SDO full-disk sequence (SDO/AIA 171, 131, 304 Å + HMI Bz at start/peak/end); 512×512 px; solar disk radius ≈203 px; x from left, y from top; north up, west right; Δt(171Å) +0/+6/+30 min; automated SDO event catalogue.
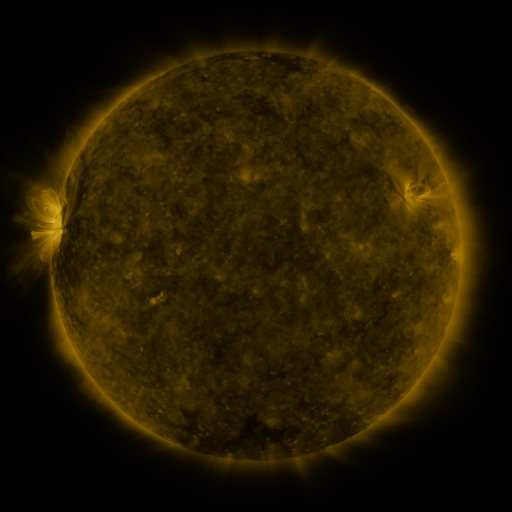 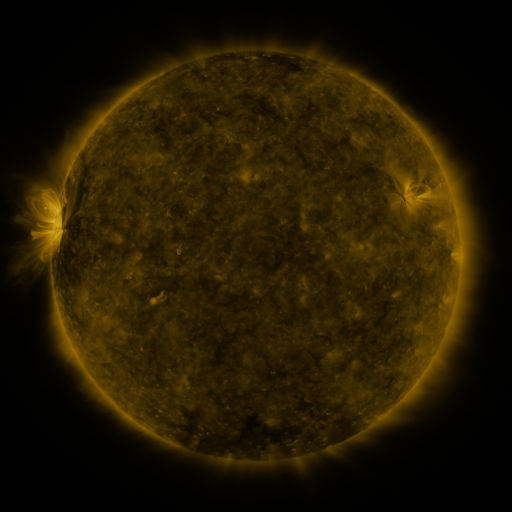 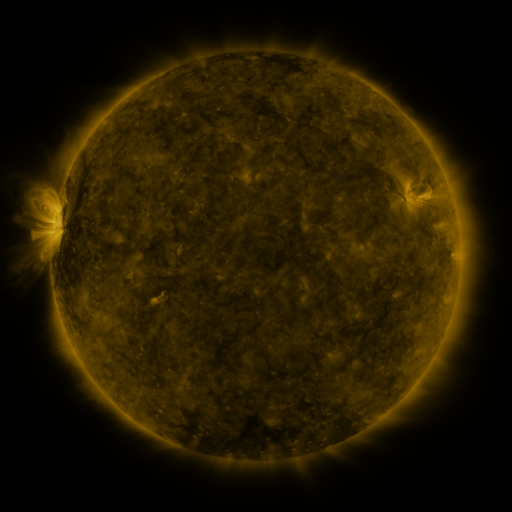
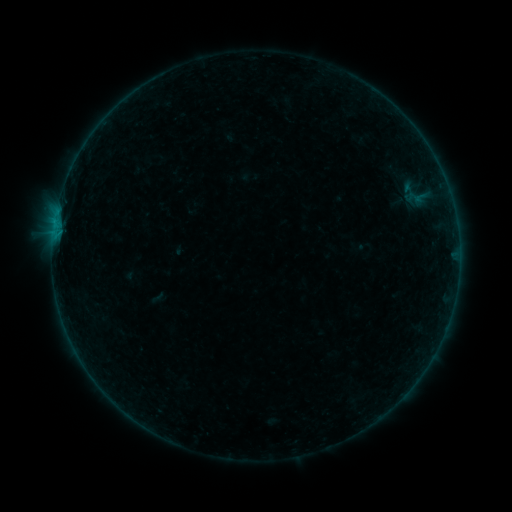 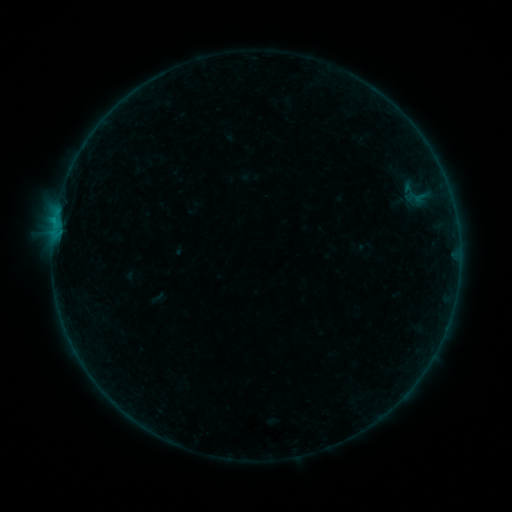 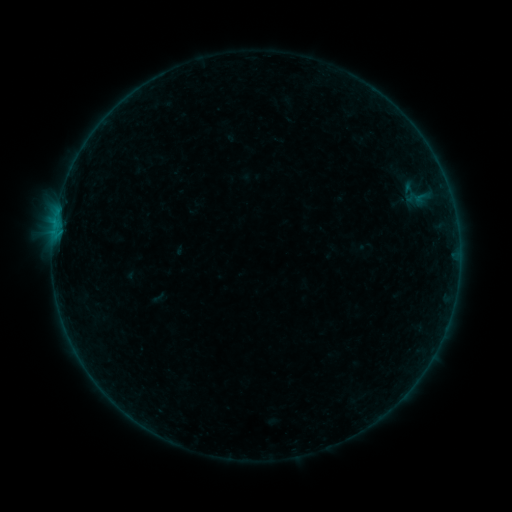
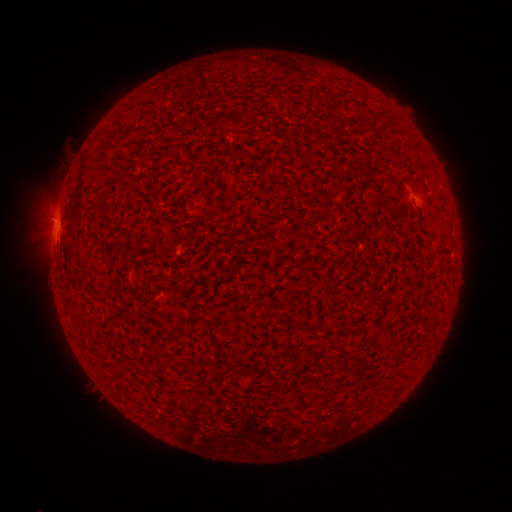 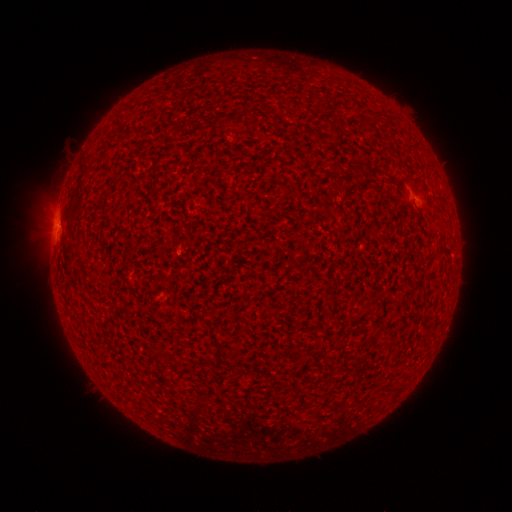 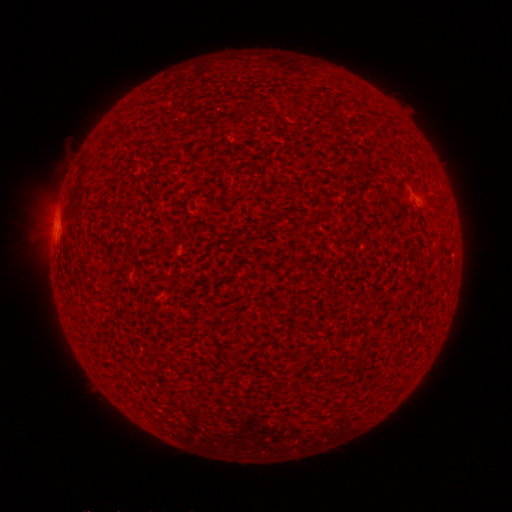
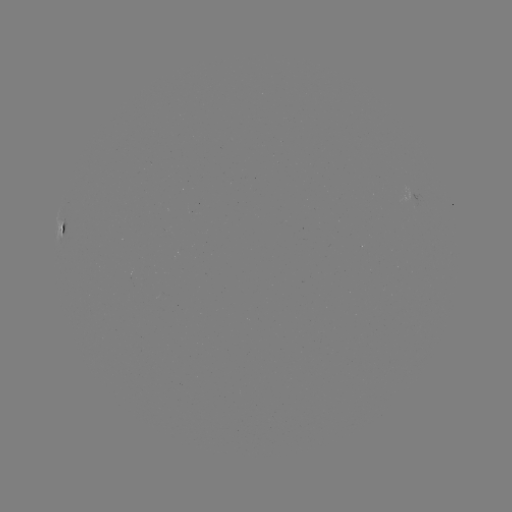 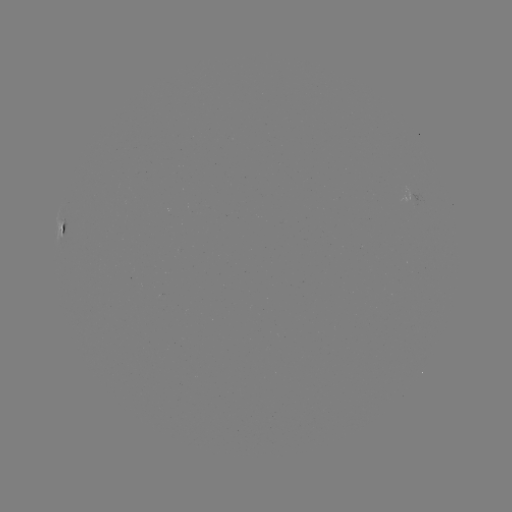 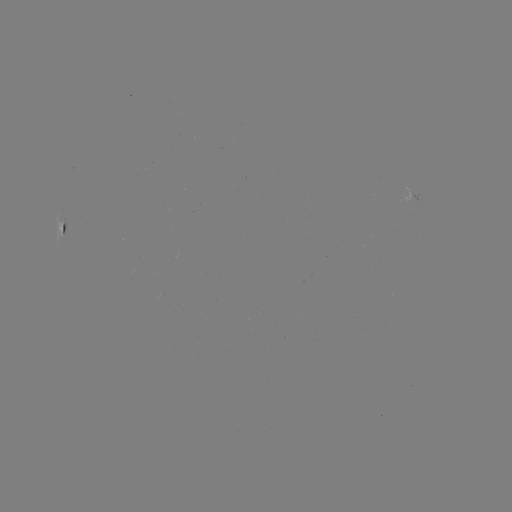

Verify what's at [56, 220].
B2.1 flare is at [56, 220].